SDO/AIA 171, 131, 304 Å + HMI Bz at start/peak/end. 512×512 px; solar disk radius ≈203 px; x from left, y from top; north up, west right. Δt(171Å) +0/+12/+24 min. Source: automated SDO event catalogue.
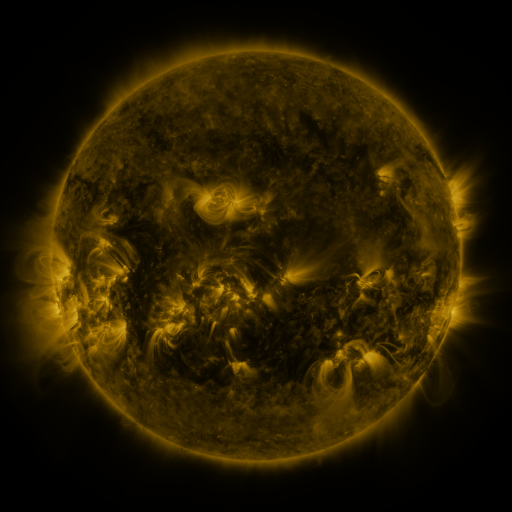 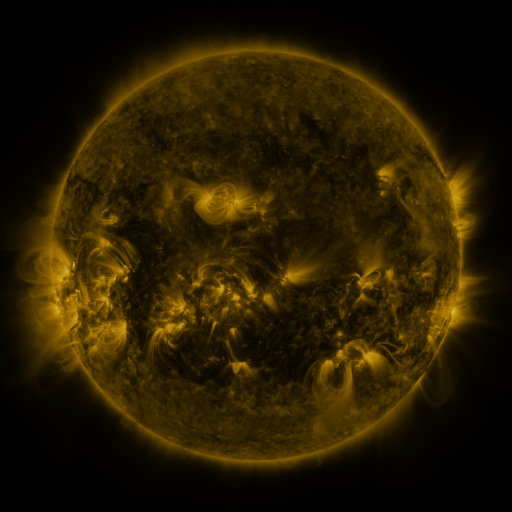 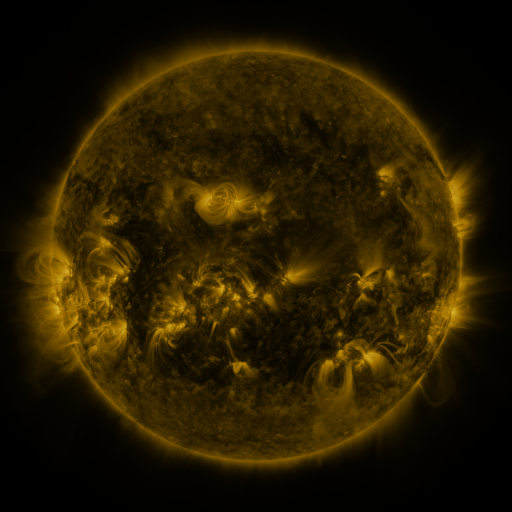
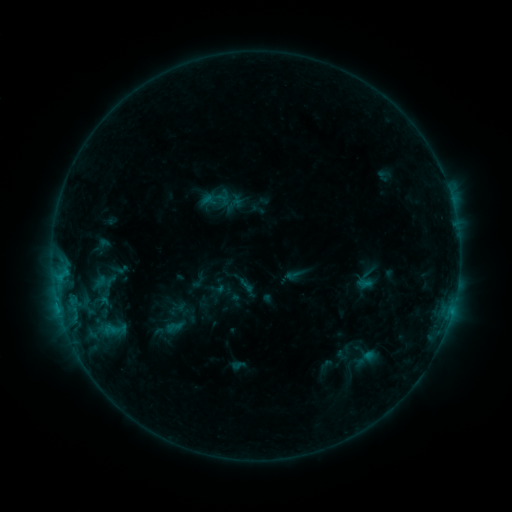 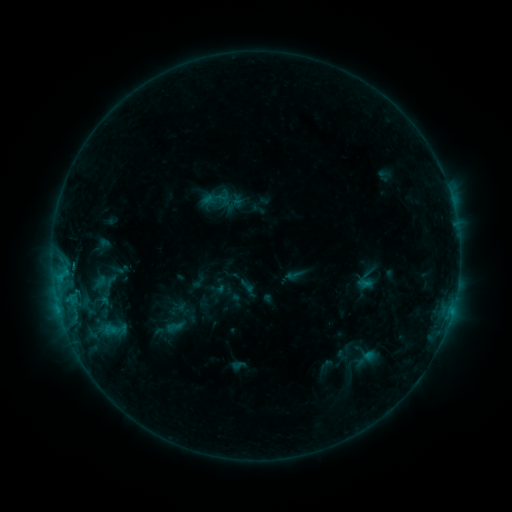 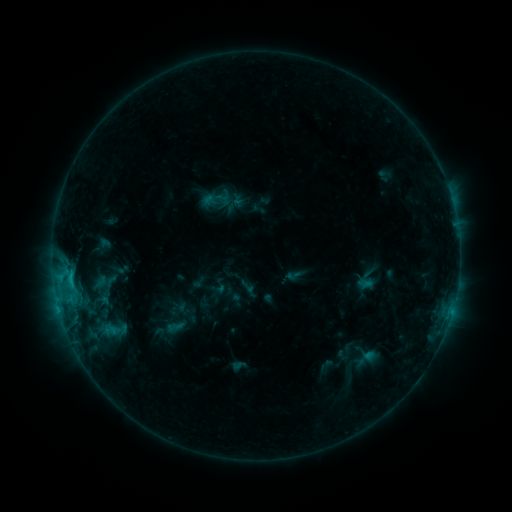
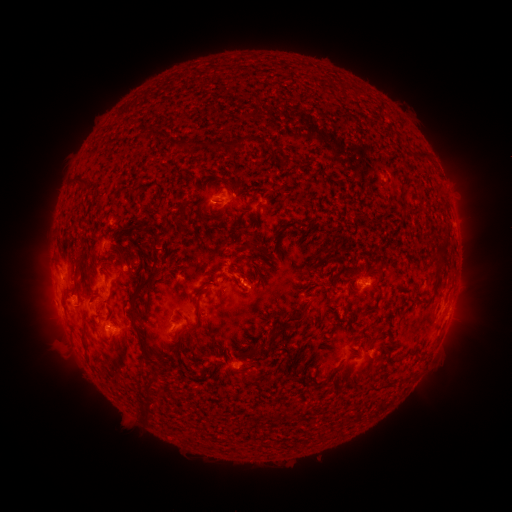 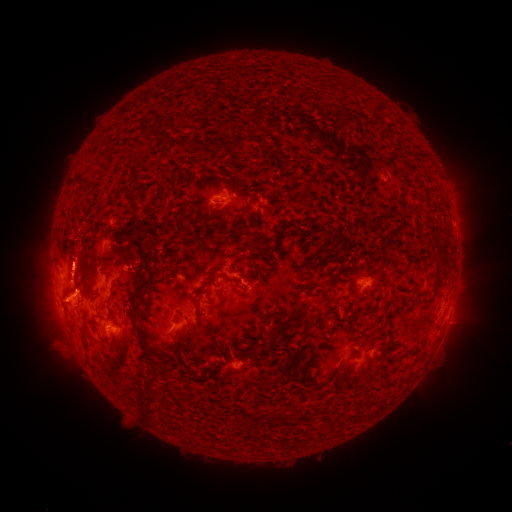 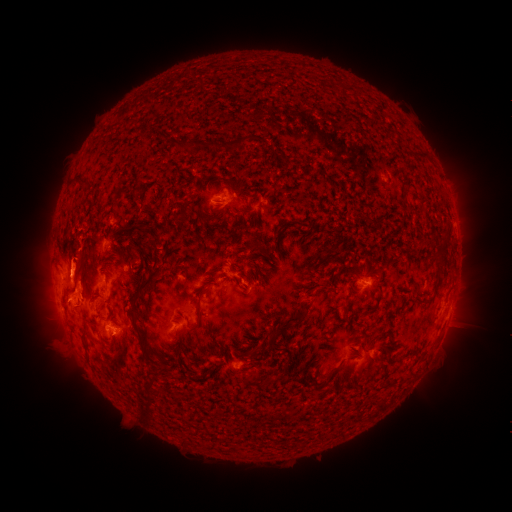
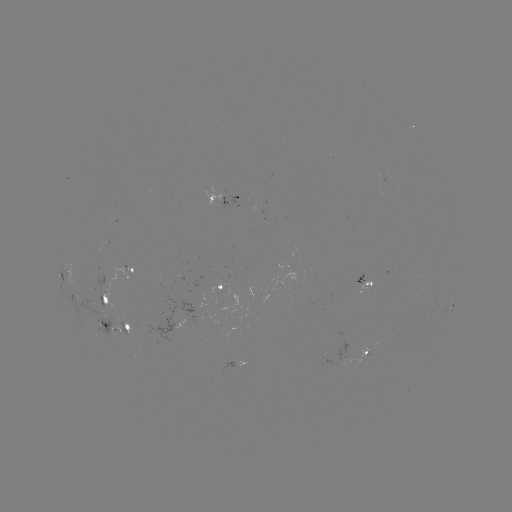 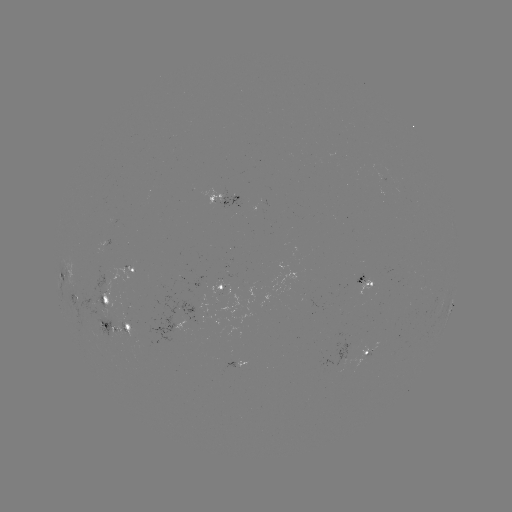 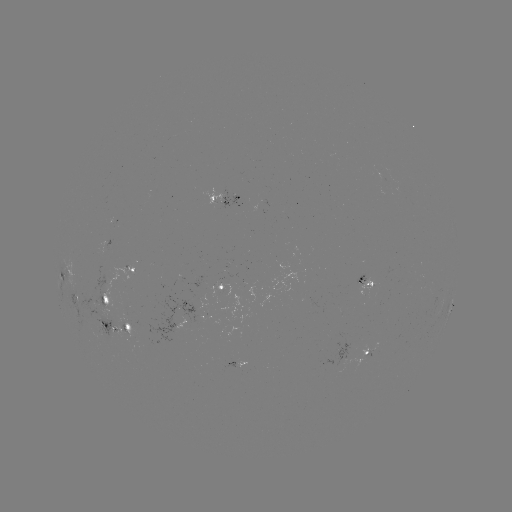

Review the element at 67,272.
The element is eruption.